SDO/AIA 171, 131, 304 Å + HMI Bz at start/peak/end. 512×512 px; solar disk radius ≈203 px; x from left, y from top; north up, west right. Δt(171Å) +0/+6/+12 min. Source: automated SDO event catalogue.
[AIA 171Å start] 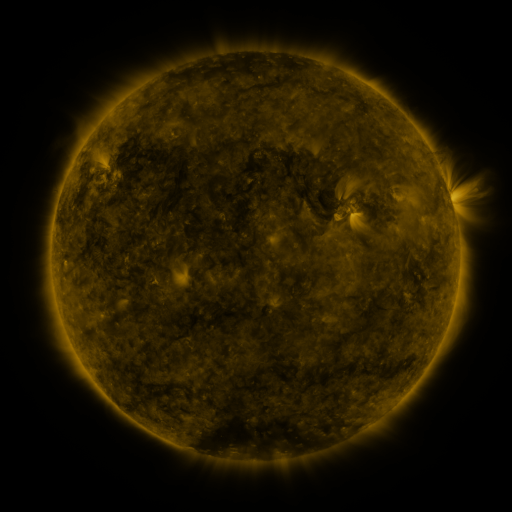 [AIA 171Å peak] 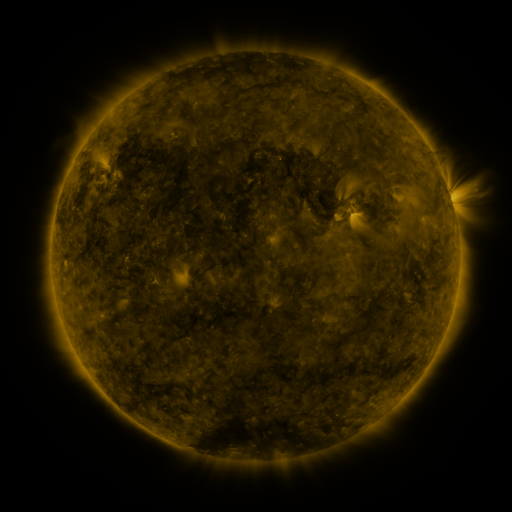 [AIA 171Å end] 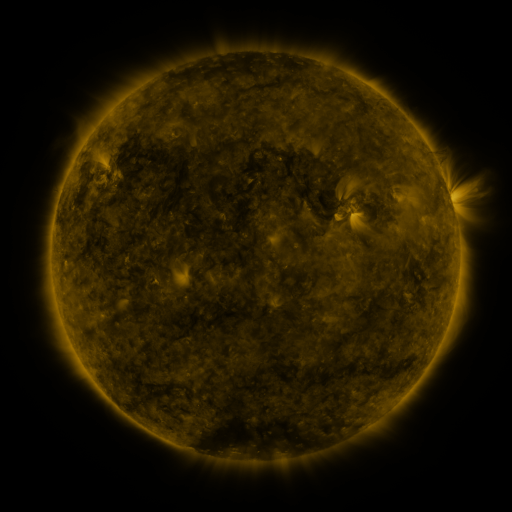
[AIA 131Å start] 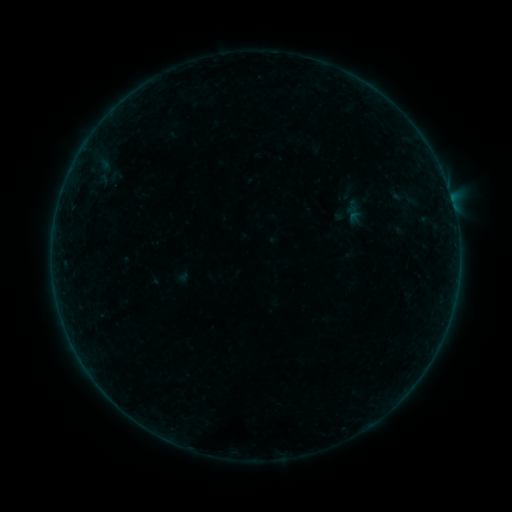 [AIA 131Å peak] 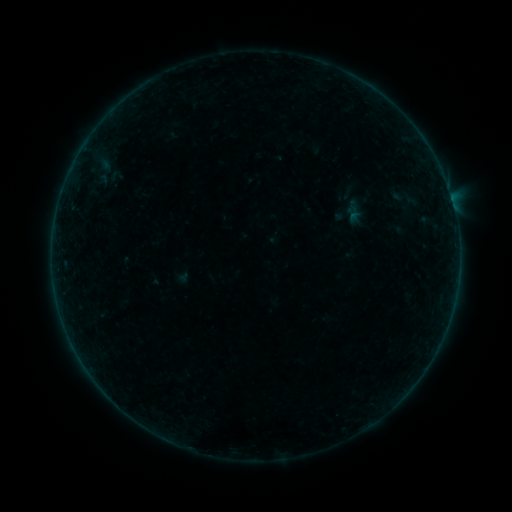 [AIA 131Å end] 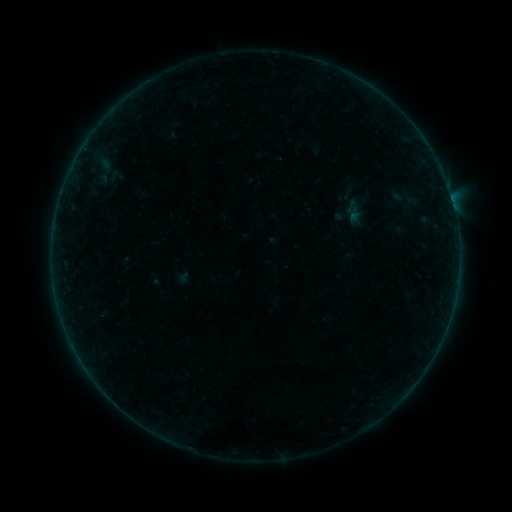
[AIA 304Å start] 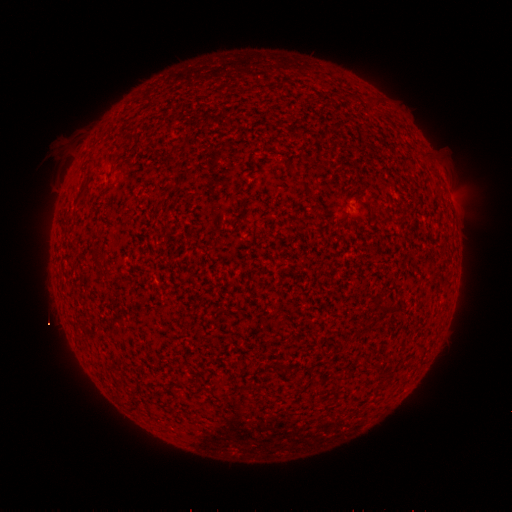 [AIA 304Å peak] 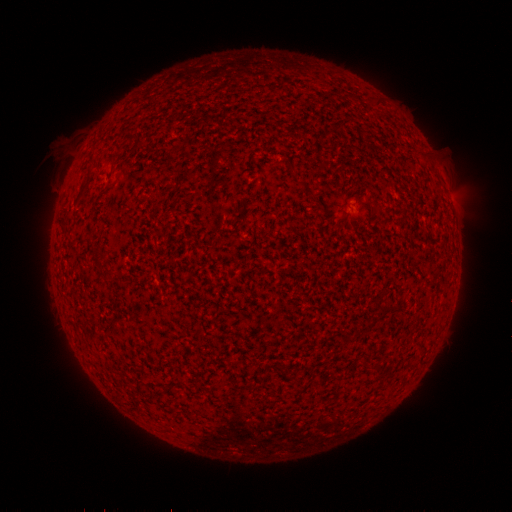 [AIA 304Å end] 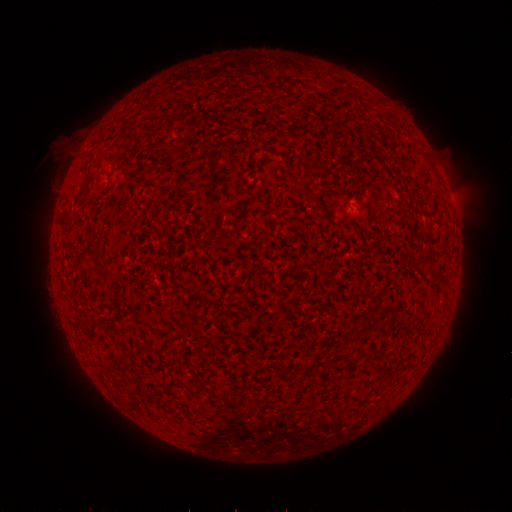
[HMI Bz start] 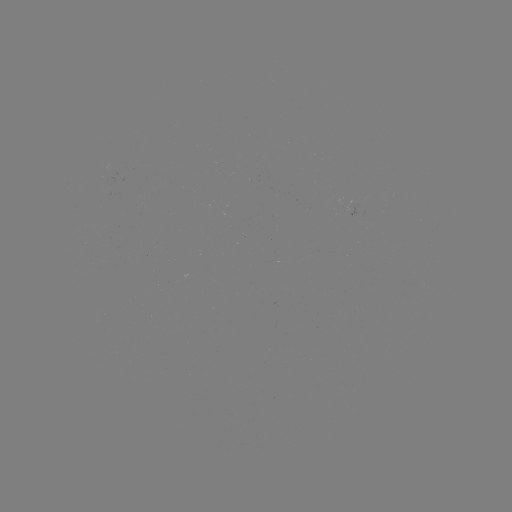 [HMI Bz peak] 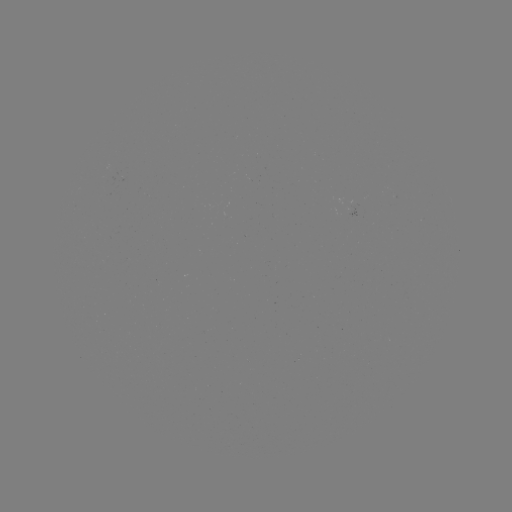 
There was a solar flare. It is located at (70, 331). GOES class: B2.2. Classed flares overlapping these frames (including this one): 2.